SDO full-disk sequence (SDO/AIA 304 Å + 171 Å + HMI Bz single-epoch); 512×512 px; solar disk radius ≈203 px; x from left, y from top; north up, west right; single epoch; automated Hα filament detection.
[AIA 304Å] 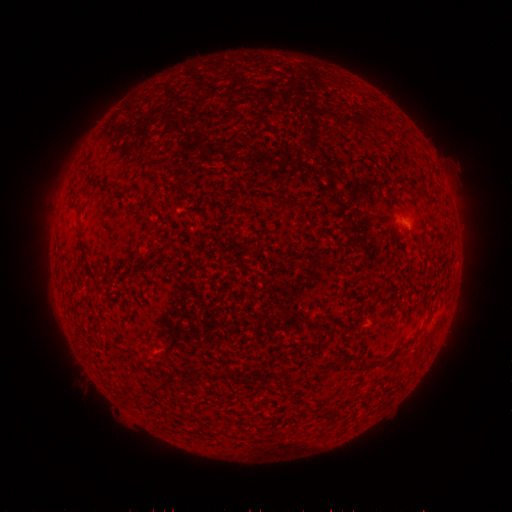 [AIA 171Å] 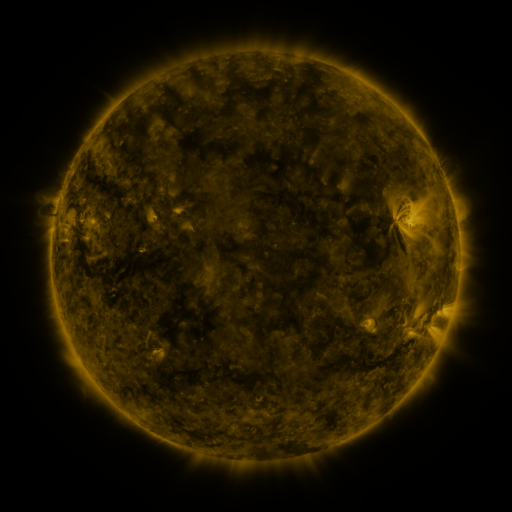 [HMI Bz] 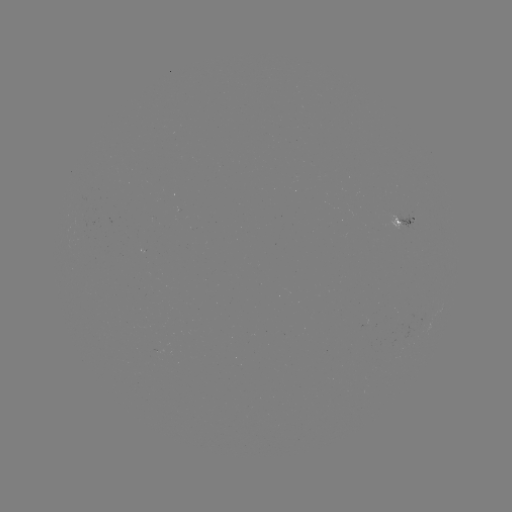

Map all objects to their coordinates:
filament: [134, 93, 146, 160]
filament: [122, 105, 130, 177]
filament: [407, 324, 427, 344]
filament: [122, 335, 129, 406]
filament: [134, 351, 146, 418]
filament: [217, 367, 228, 376]
filament: [212, 419, 228, 429]
